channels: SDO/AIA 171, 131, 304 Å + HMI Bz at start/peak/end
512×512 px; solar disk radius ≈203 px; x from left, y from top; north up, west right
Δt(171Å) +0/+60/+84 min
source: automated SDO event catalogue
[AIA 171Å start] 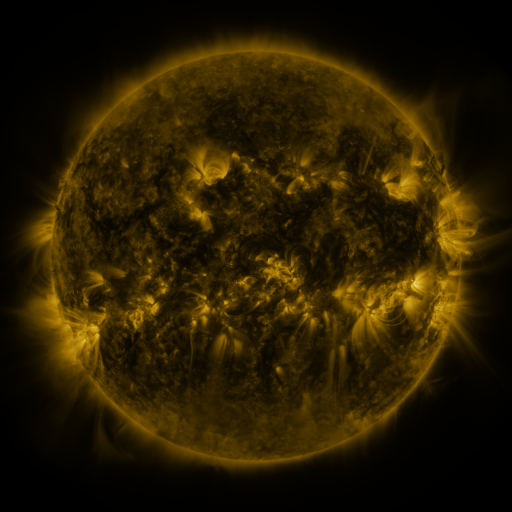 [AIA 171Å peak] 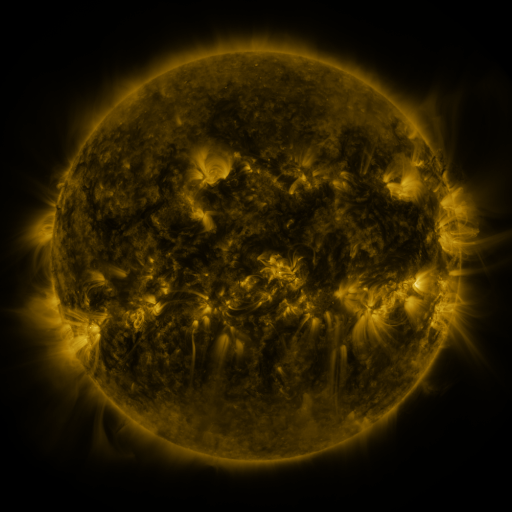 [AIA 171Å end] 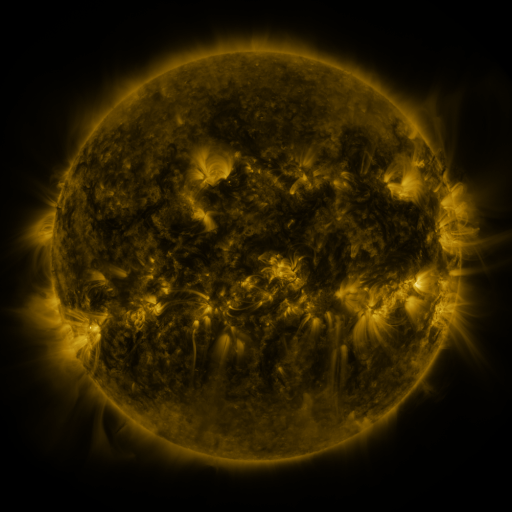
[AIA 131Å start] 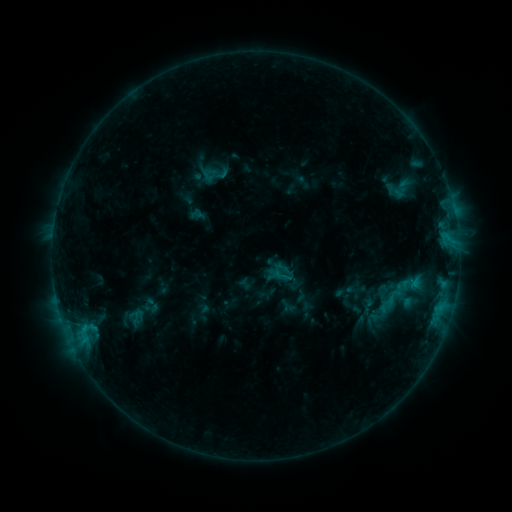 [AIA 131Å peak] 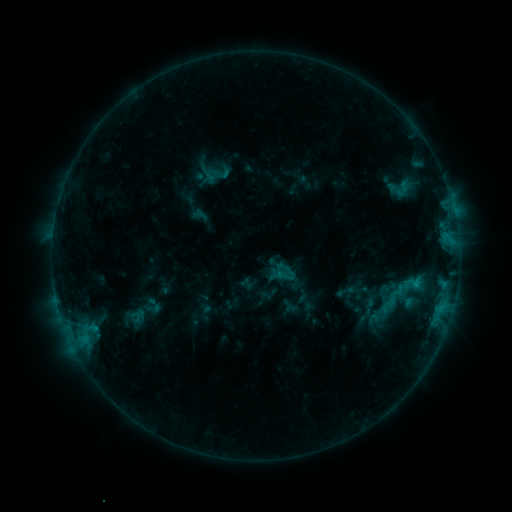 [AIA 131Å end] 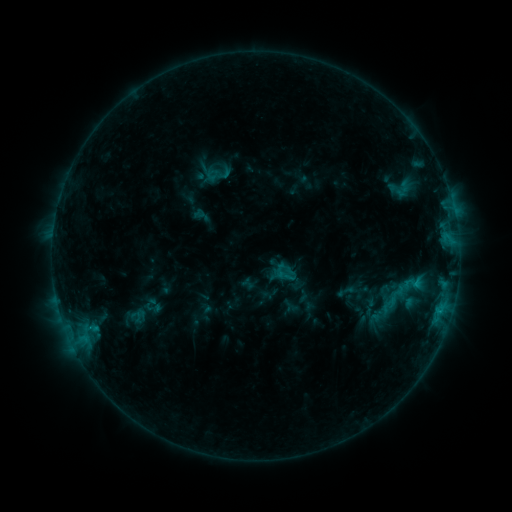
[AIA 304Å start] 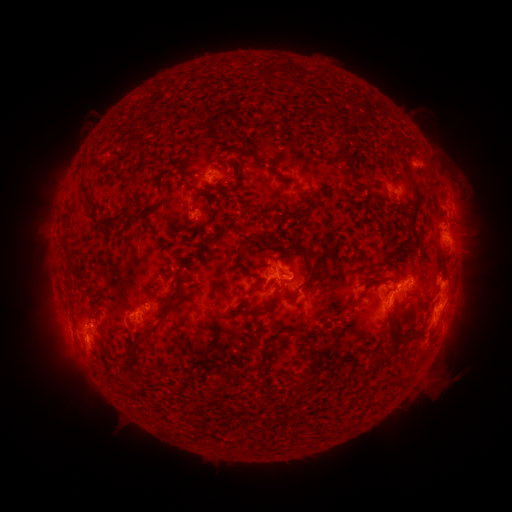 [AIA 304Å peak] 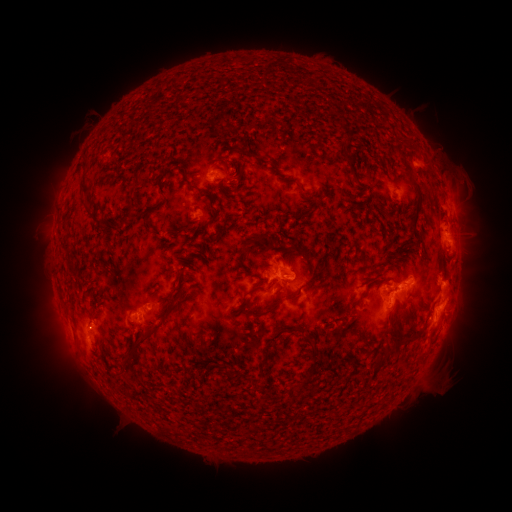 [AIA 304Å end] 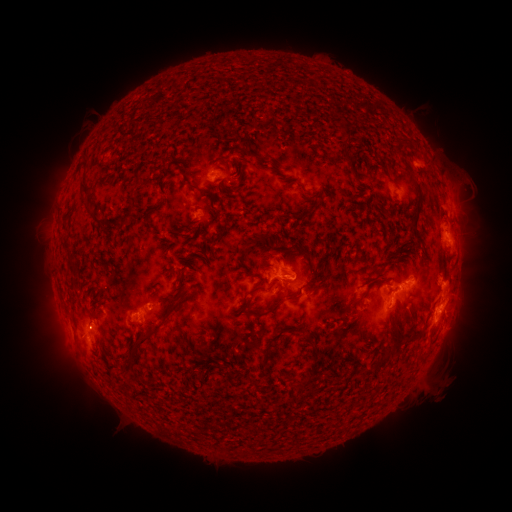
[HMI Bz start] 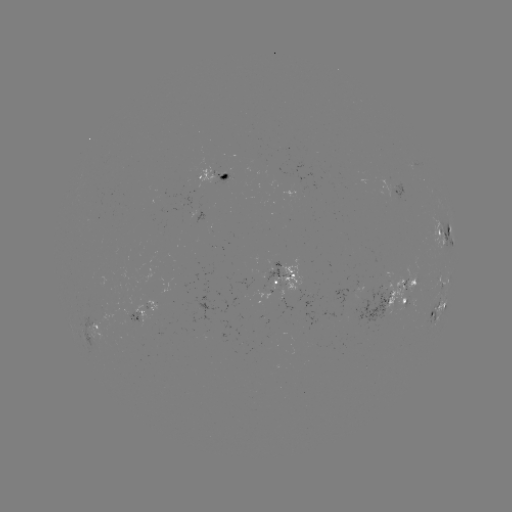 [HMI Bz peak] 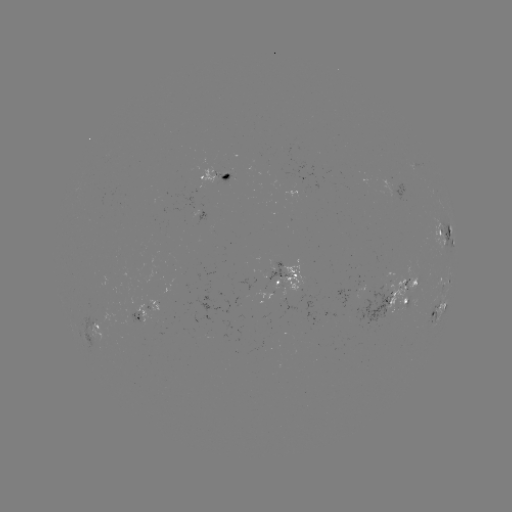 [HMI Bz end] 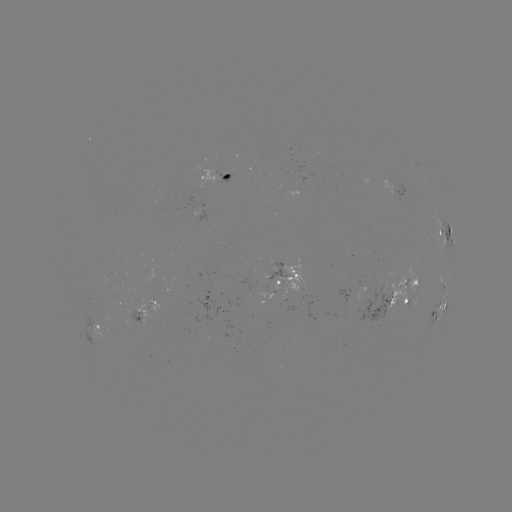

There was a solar emerging-flux region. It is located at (398, 301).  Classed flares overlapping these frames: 1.